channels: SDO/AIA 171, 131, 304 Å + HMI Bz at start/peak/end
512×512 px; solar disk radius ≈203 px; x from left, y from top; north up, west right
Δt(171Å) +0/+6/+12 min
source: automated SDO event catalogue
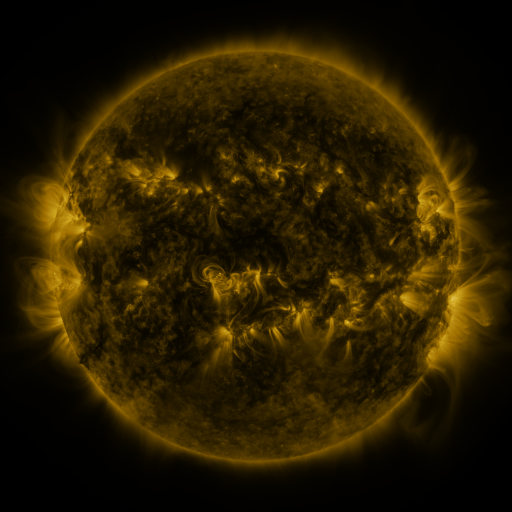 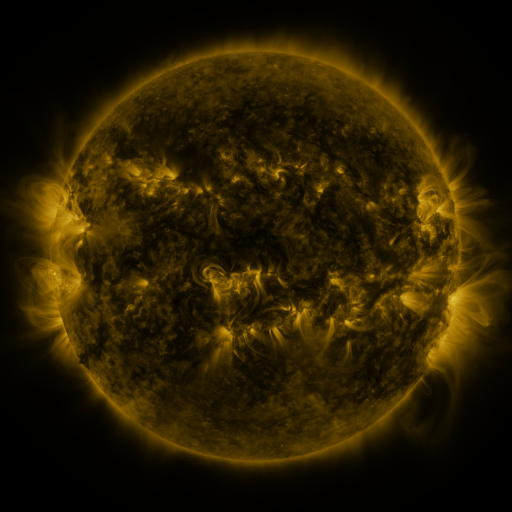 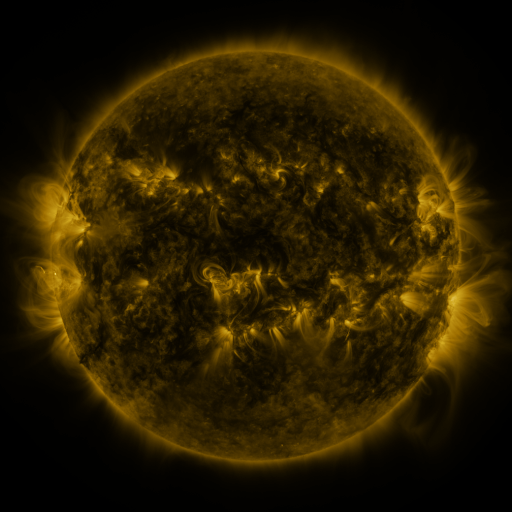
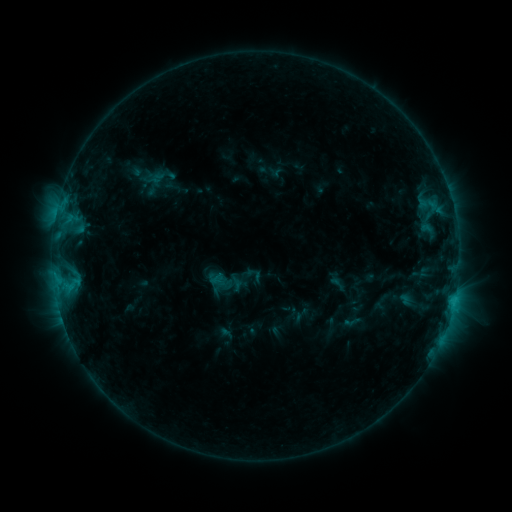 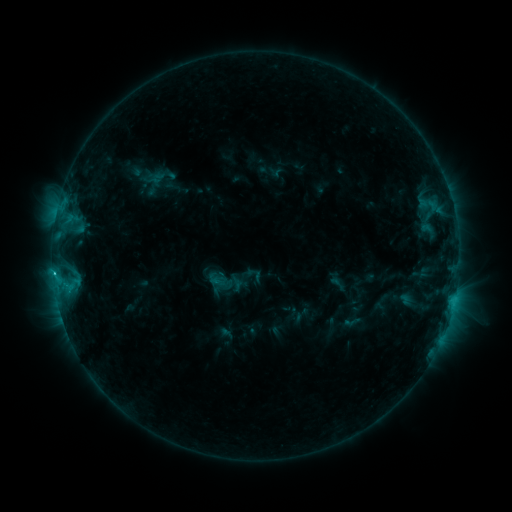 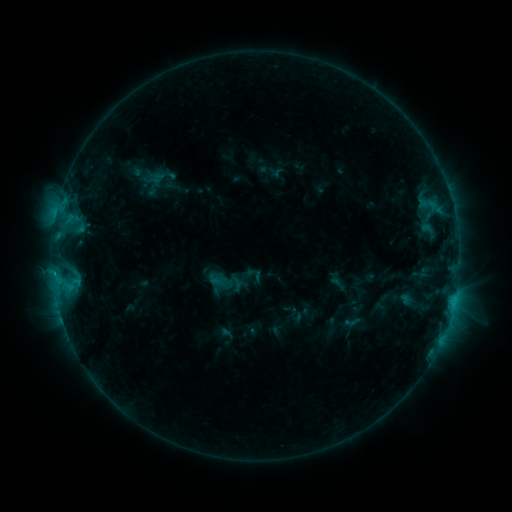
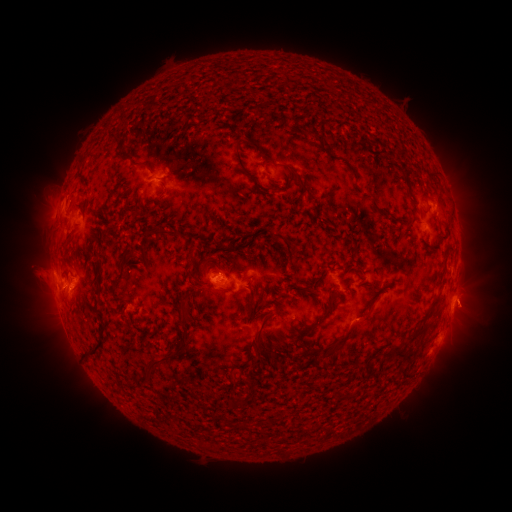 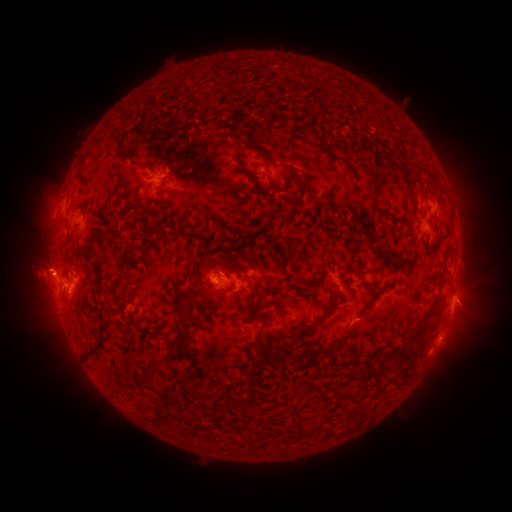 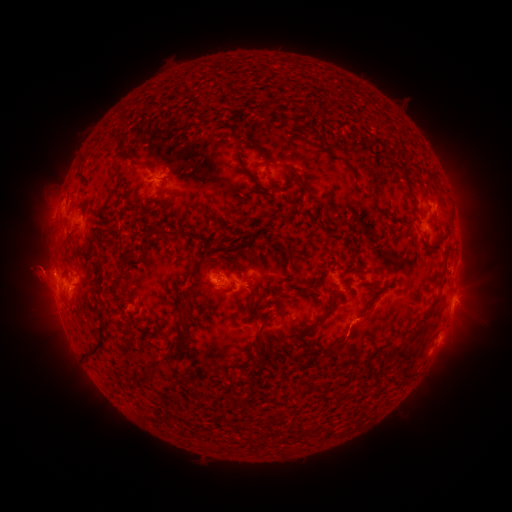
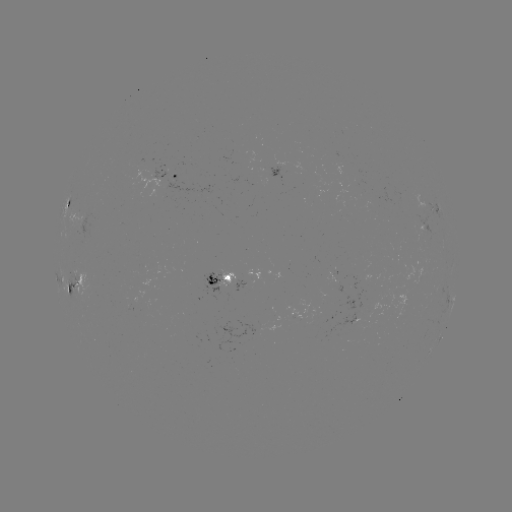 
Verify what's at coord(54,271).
C1.2 flare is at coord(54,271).